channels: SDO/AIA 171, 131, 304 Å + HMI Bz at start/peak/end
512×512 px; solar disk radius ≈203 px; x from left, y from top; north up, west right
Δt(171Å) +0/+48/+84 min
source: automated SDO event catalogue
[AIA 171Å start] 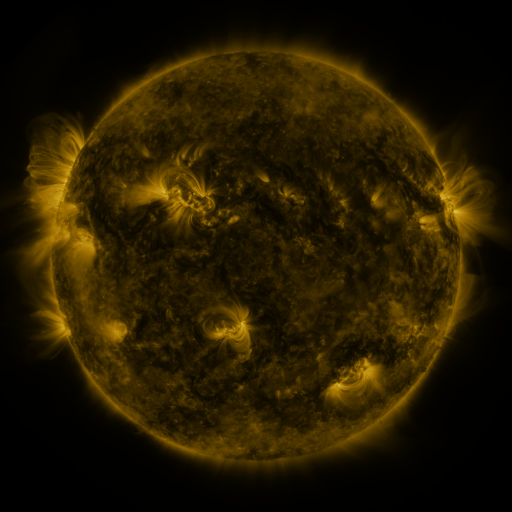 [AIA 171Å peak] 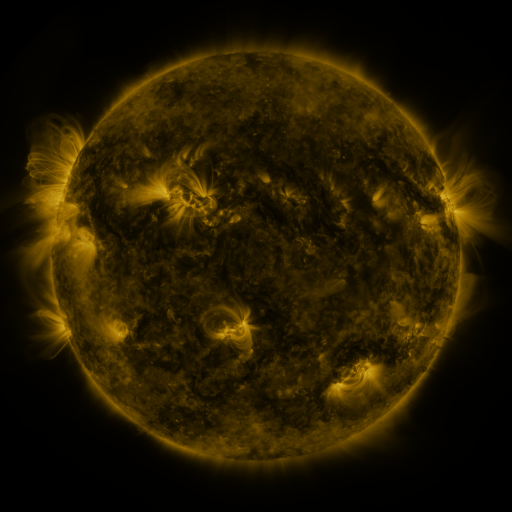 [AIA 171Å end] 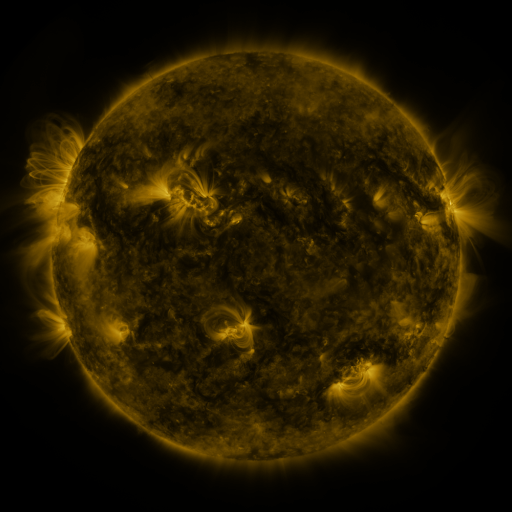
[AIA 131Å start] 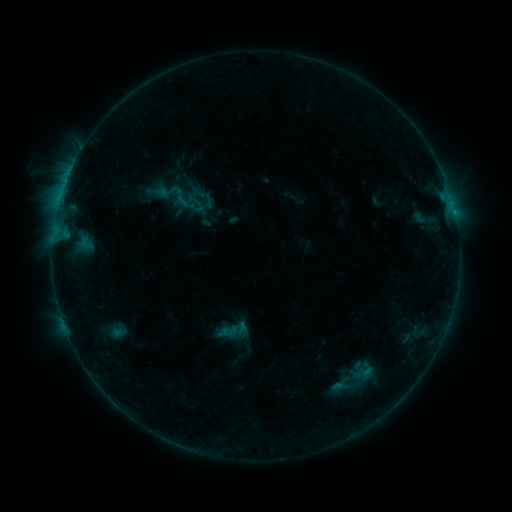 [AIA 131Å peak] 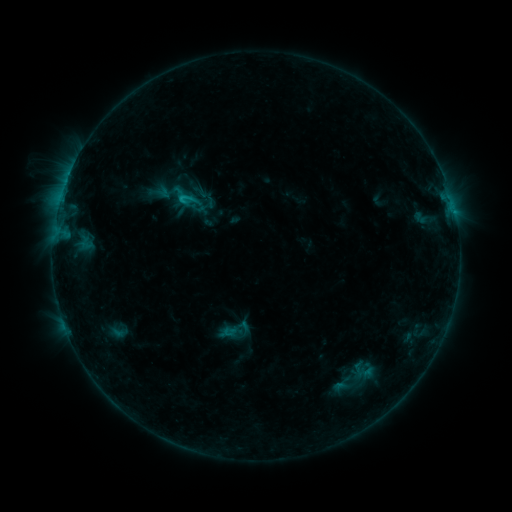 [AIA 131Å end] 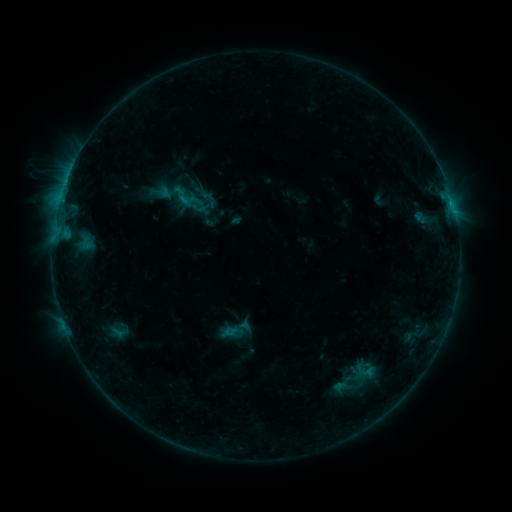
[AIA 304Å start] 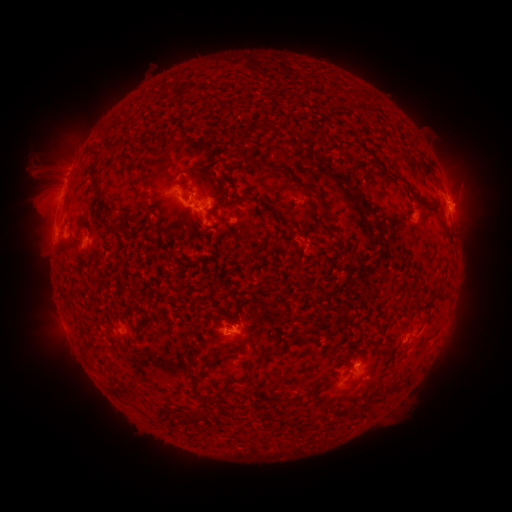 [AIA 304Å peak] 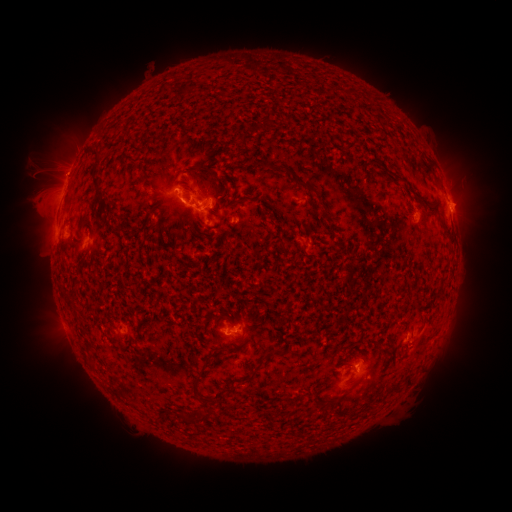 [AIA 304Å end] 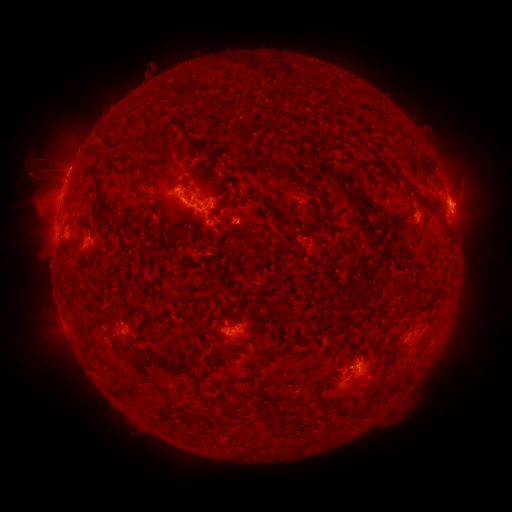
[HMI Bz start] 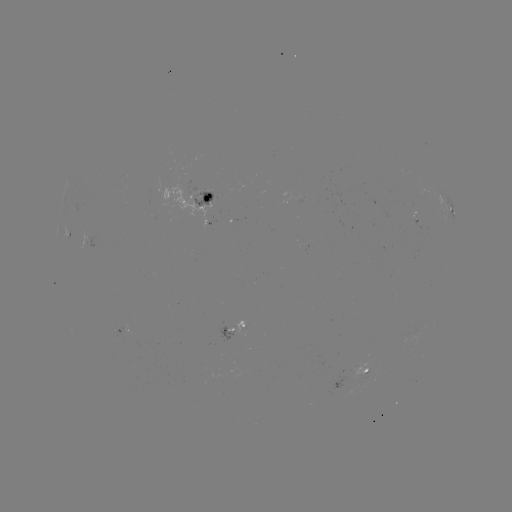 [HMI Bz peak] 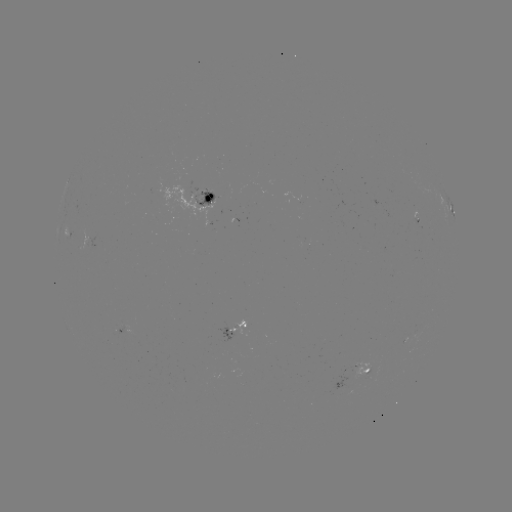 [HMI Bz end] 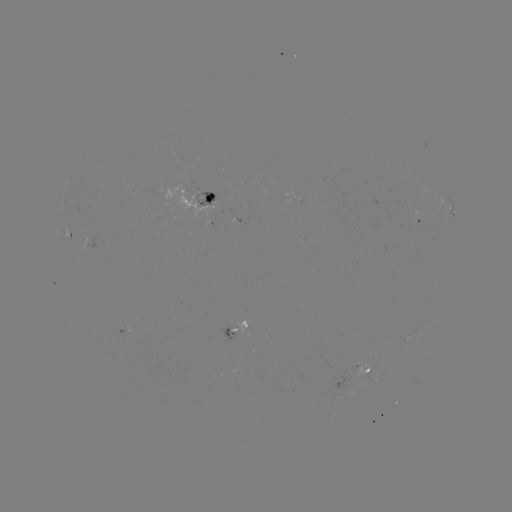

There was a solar flare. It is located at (182, 202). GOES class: C1.1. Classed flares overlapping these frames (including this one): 1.